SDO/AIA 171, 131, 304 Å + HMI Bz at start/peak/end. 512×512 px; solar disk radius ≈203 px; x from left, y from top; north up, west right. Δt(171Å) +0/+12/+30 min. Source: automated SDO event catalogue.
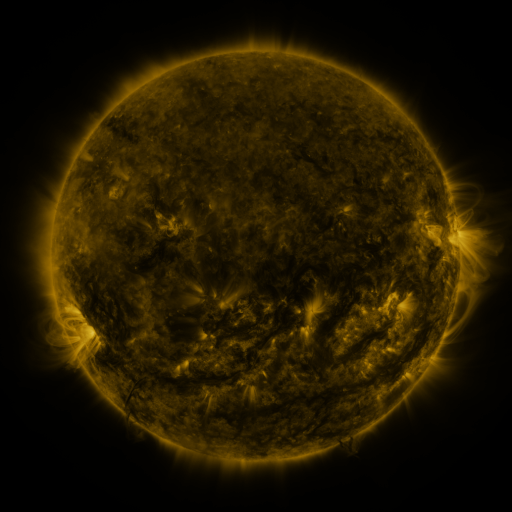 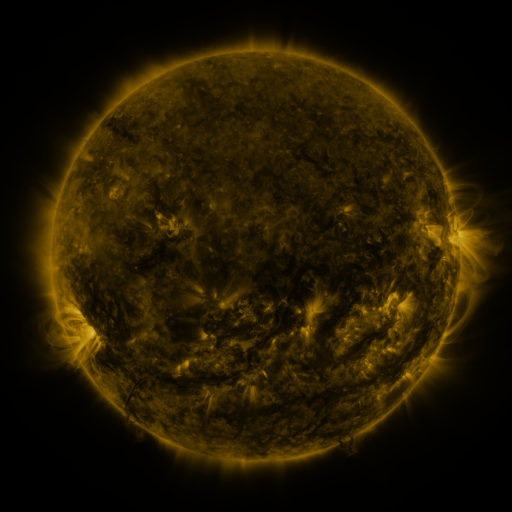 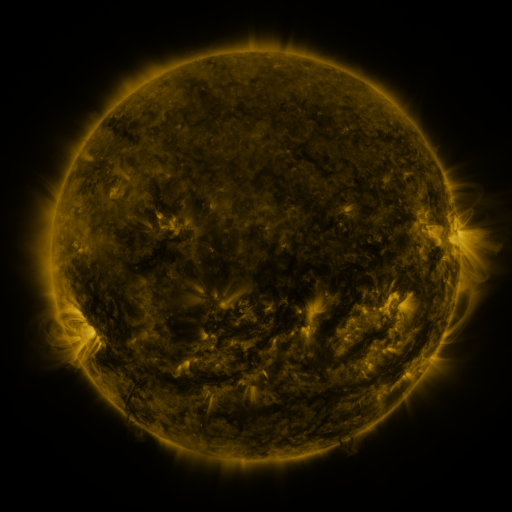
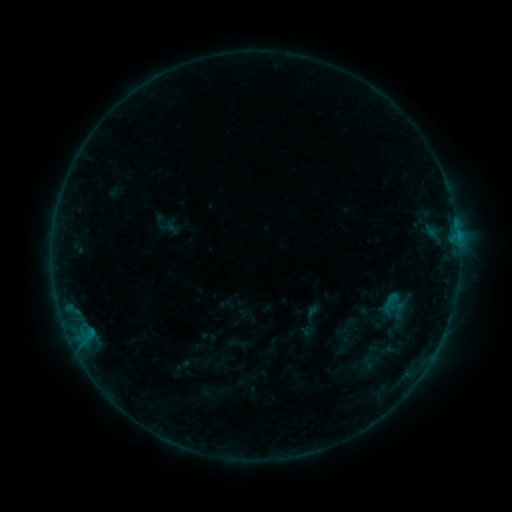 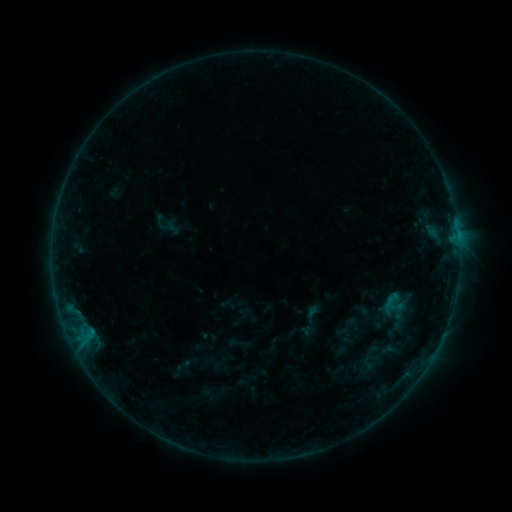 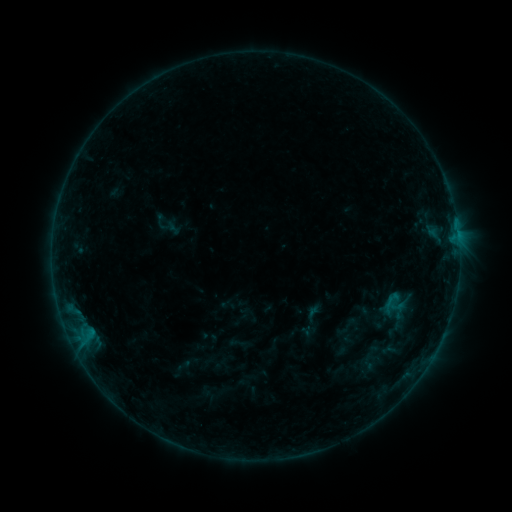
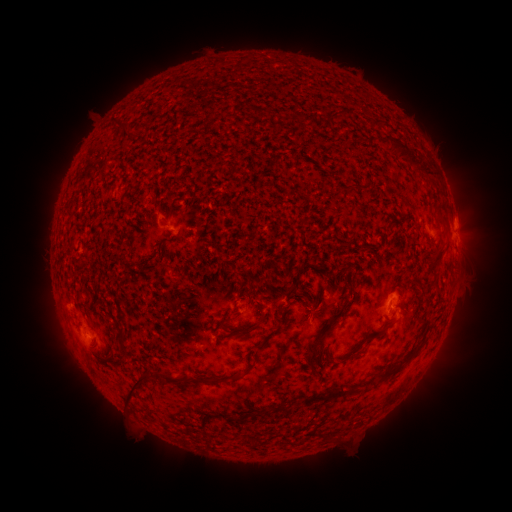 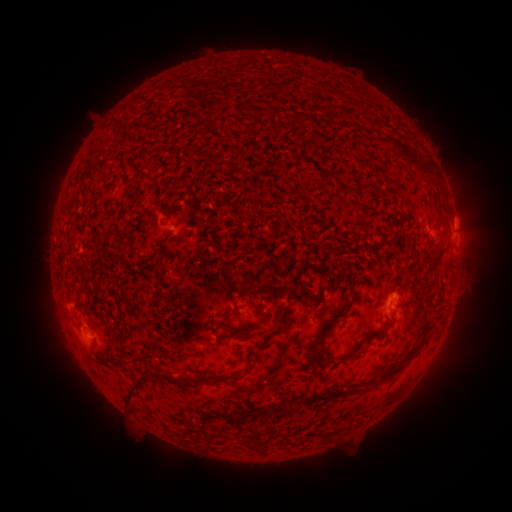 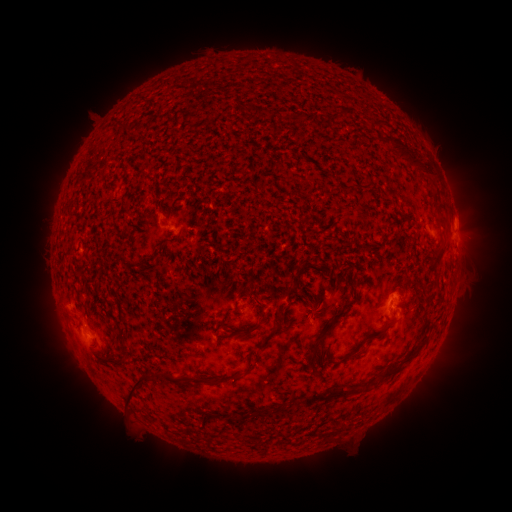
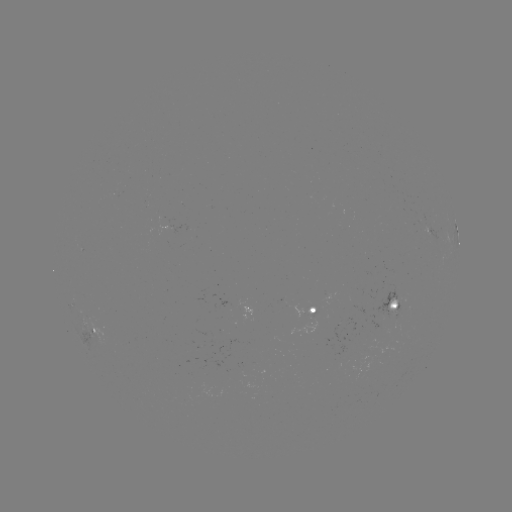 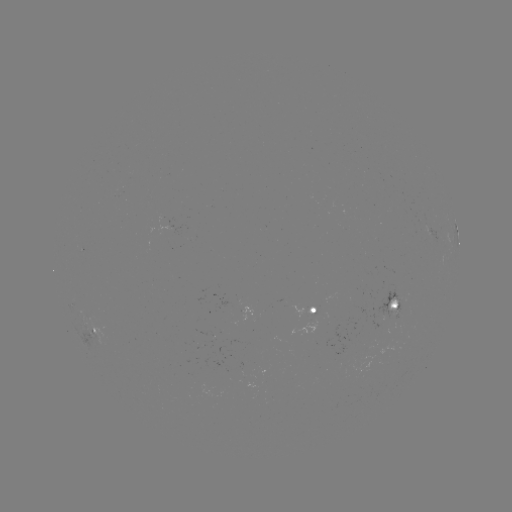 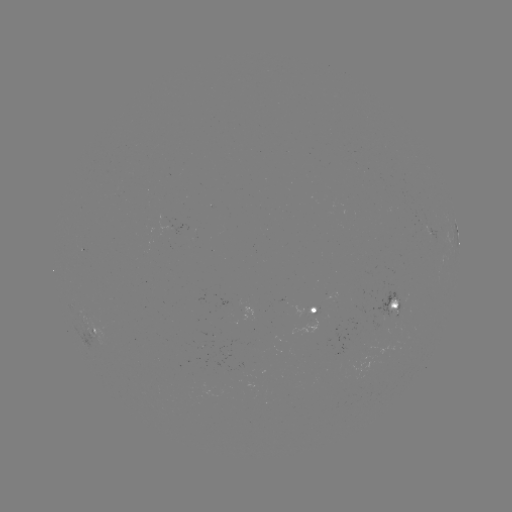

no catalogued flare and no flagged EUV brightening in this window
